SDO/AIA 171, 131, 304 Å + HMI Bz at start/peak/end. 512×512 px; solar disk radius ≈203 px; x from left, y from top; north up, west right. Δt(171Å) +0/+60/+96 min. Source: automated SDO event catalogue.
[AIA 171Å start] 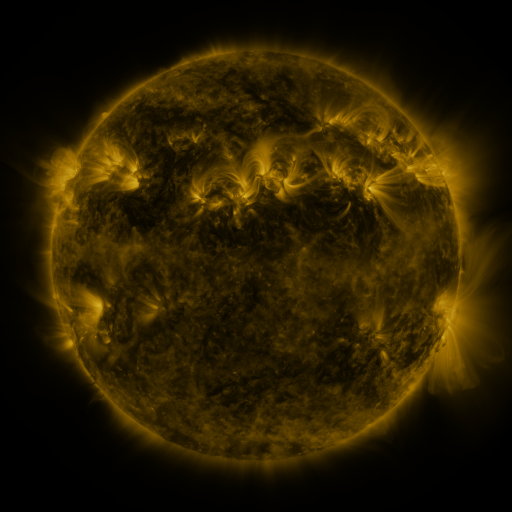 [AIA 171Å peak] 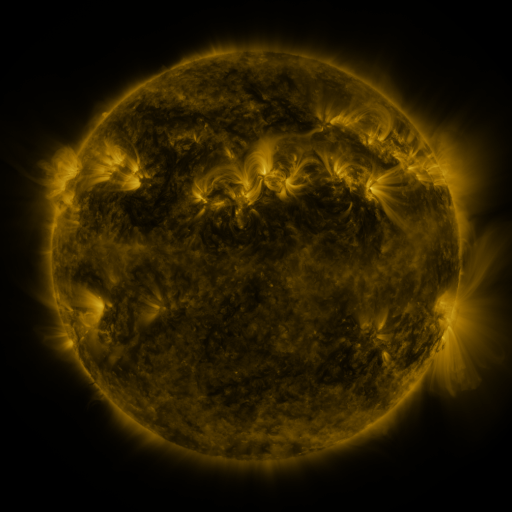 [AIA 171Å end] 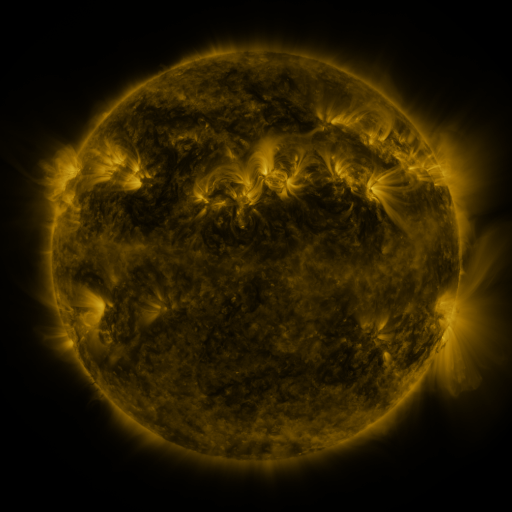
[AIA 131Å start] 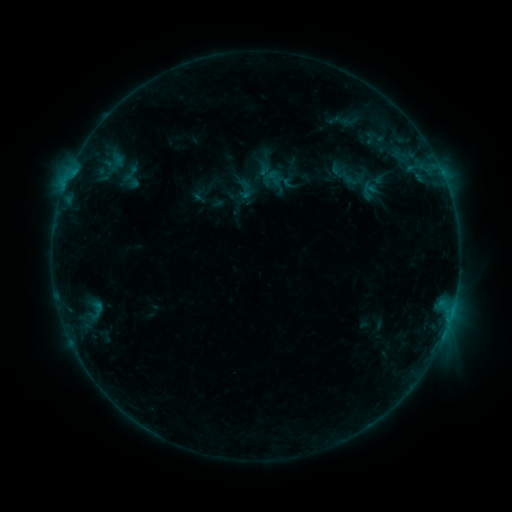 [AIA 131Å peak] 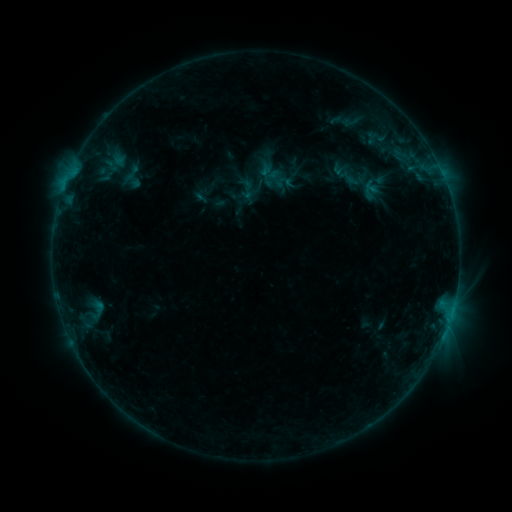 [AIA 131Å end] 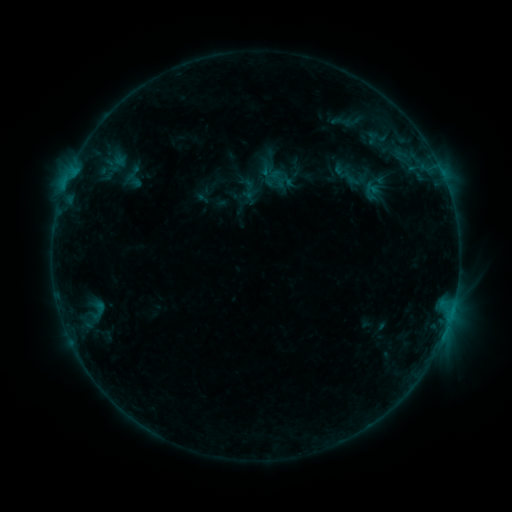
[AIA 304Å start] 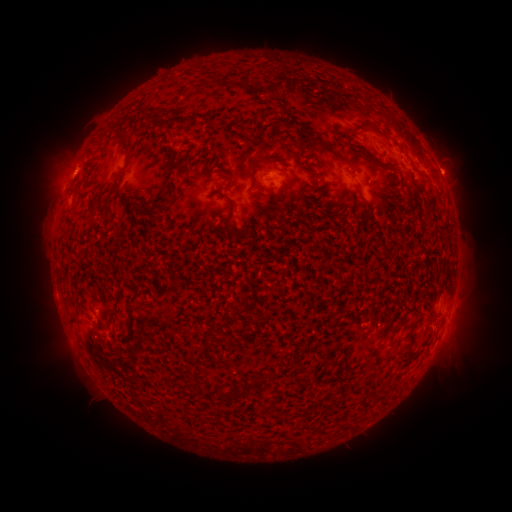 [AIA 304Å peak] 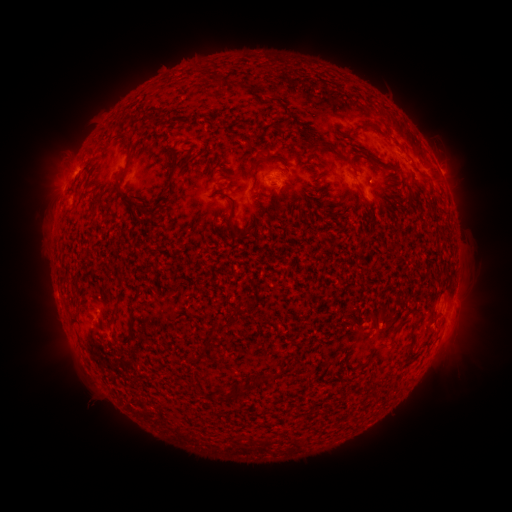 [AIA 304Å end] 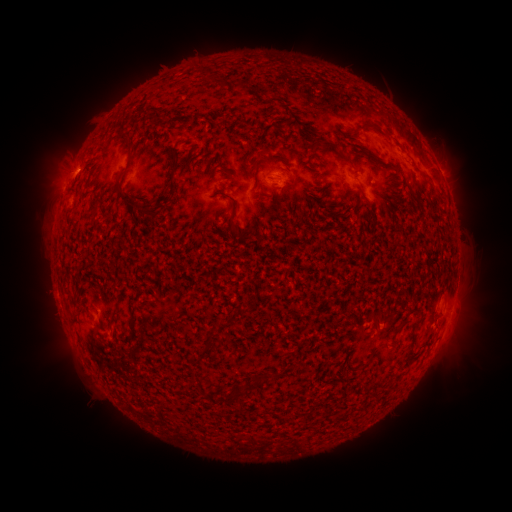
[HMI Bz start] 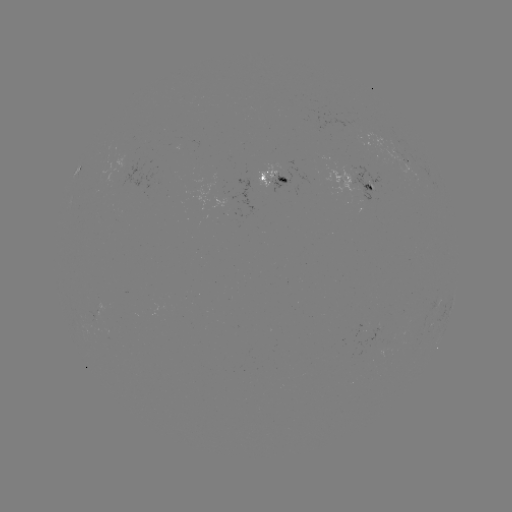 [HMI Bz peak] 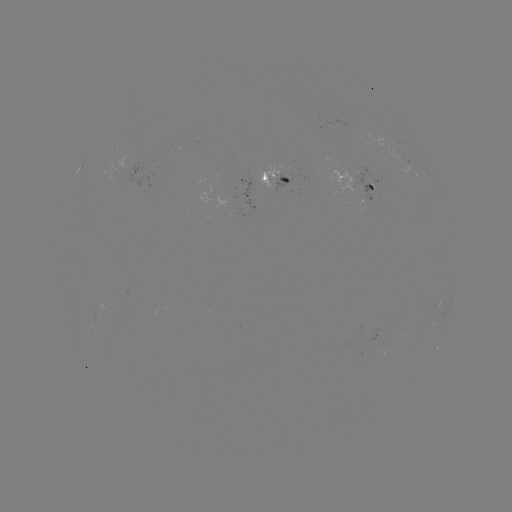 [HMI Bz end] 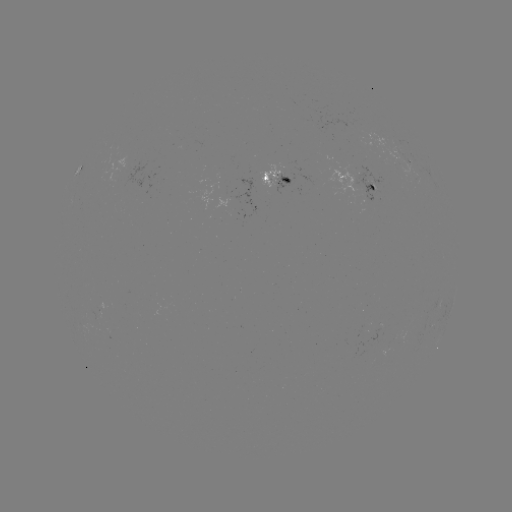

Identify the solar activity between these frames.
emerging-flux region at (378, 329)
